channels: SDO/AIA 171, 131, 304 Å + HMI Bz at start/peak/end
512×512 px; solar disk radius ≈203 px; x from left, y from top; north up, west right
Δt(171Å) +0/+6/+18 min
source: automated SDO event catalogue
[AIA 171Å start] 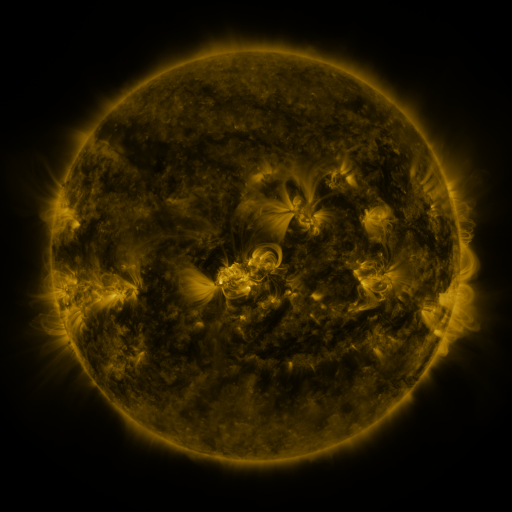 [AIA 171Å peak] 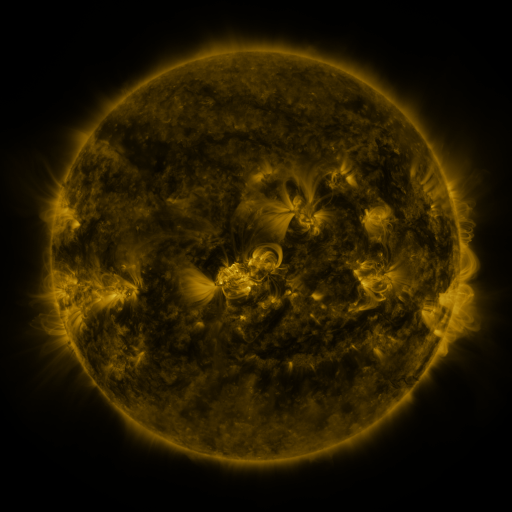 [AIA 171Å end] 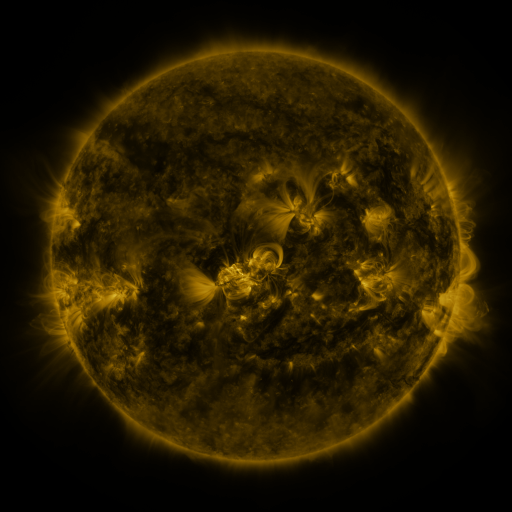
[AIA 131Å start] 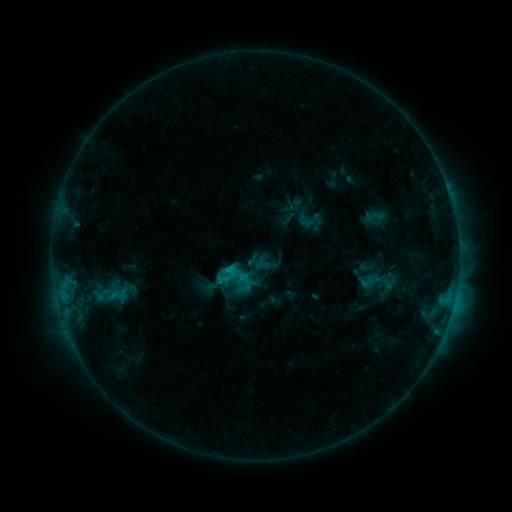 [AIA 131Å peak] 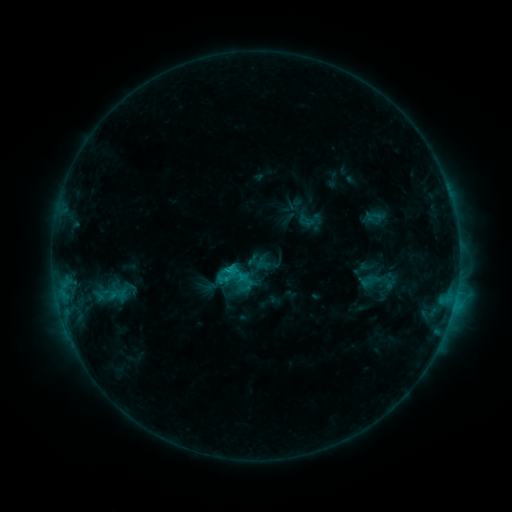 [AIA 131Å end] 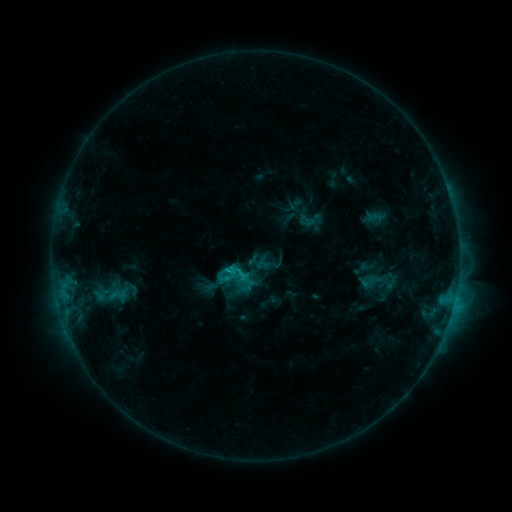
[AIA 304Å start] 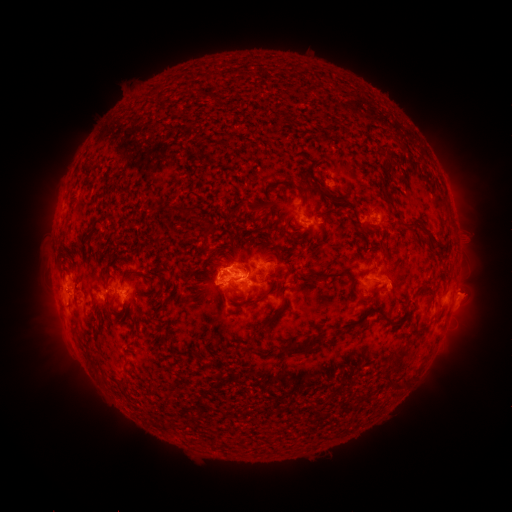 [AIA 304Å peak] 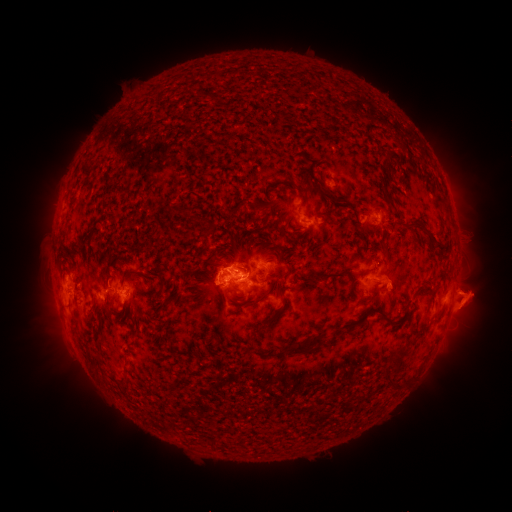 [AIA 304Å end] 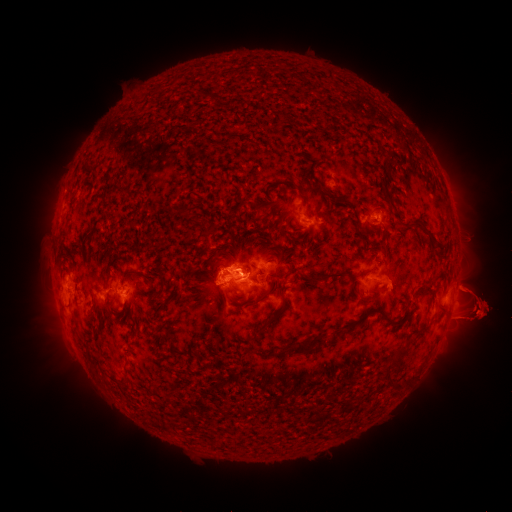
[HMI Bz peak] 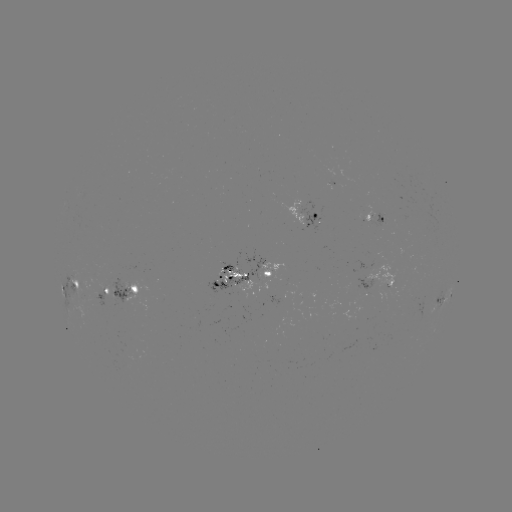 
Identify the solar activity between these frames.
eruption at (42, 312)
